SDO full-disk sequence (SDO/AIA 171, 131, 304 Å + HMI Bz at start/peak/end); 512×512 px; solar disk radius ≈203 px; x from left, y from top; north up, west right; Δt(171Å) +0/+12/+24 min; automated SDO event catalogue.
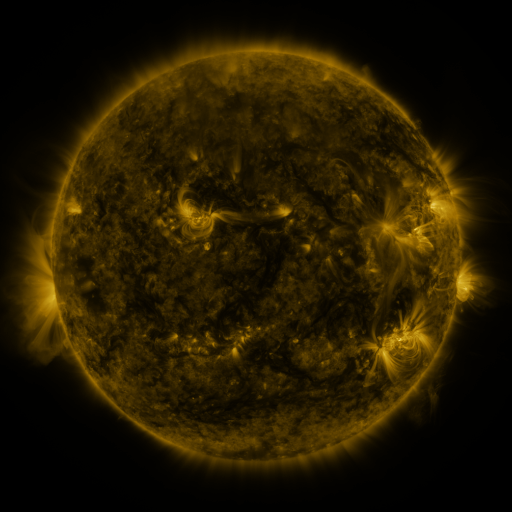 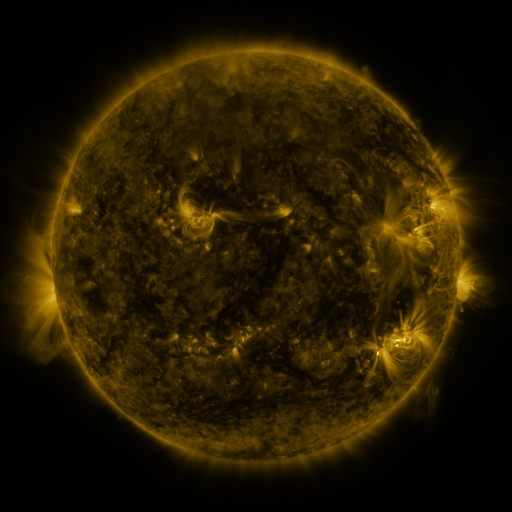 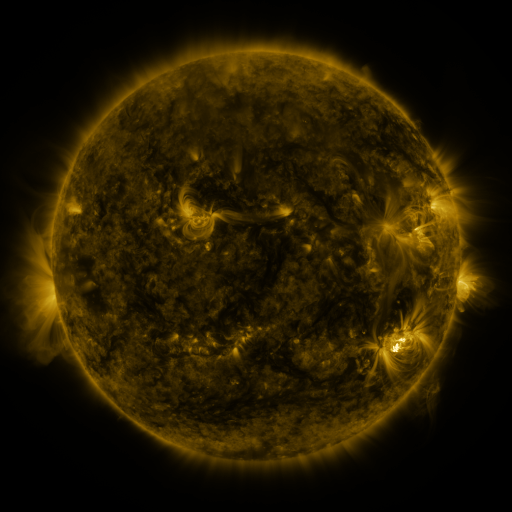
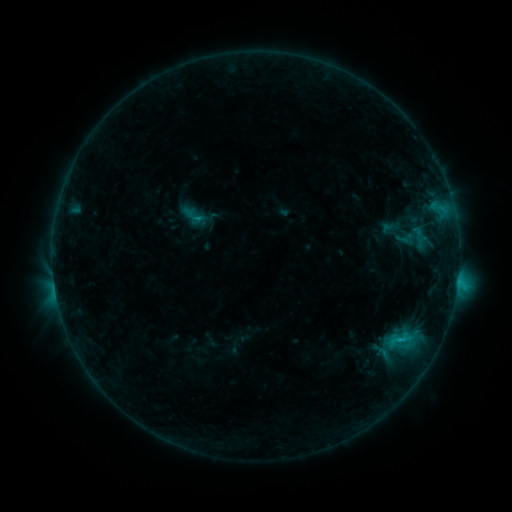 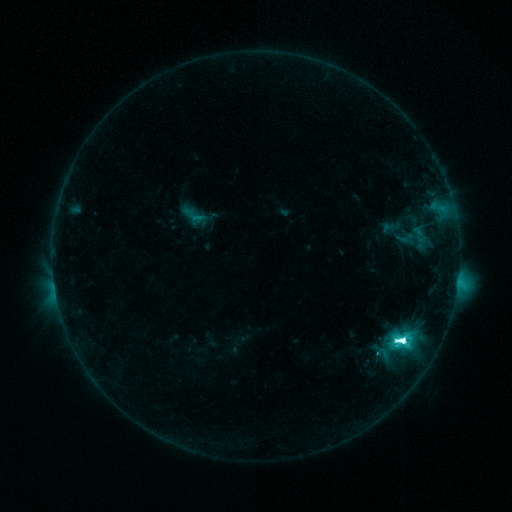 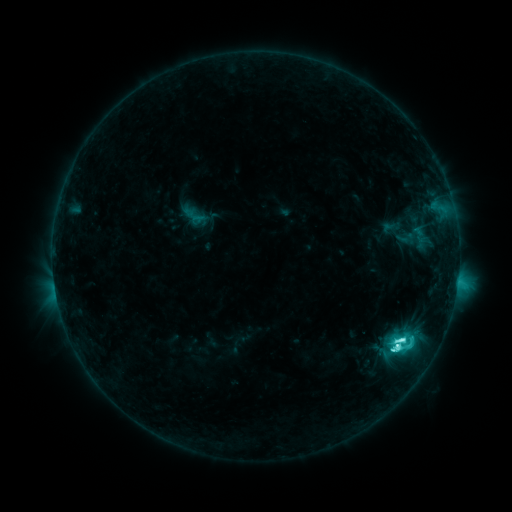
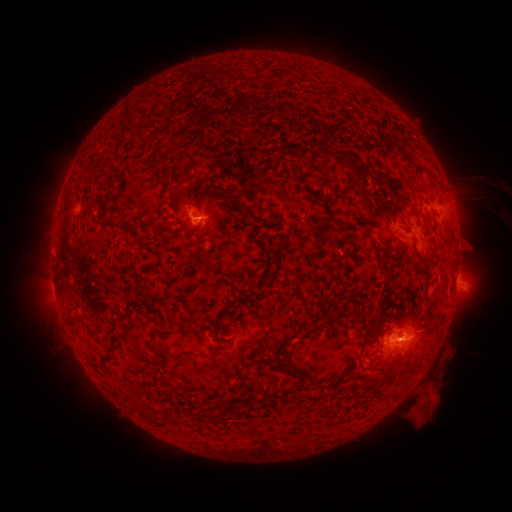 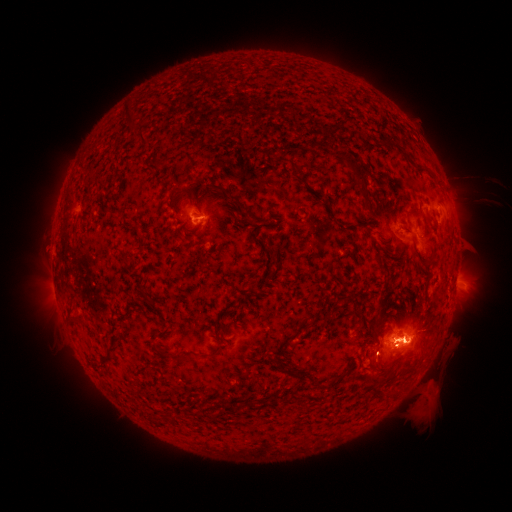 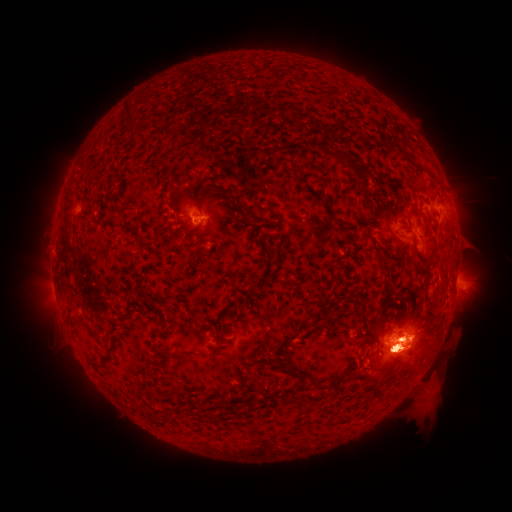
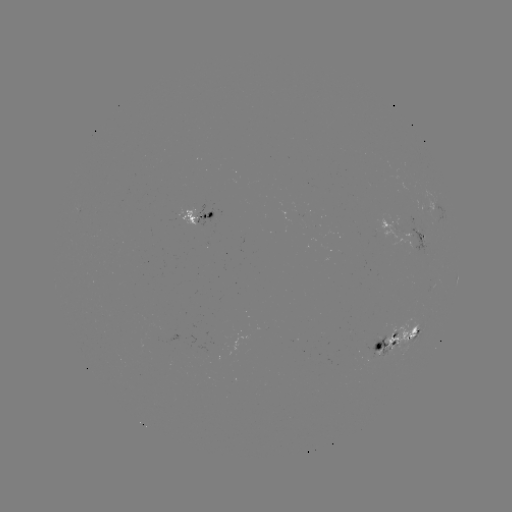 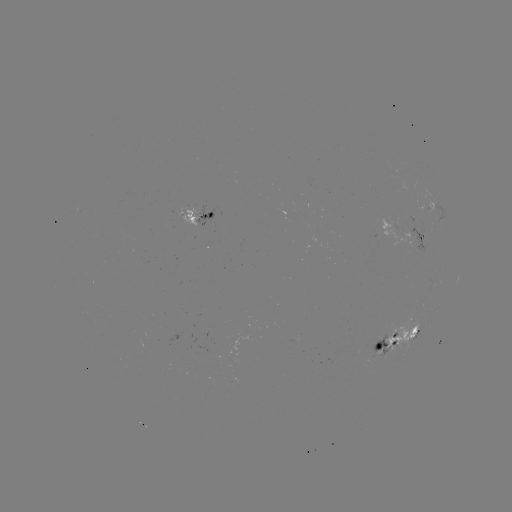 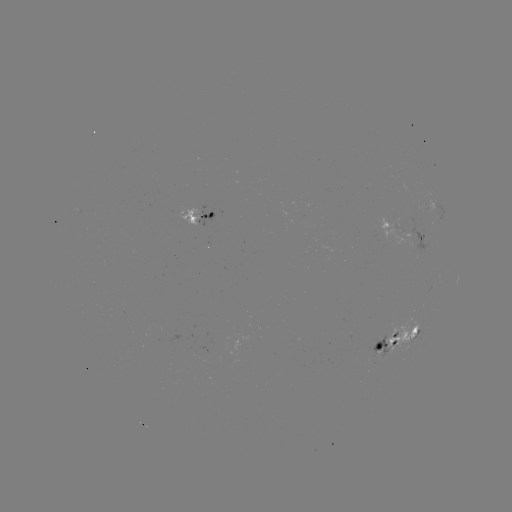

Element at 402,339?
M1.3 flare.